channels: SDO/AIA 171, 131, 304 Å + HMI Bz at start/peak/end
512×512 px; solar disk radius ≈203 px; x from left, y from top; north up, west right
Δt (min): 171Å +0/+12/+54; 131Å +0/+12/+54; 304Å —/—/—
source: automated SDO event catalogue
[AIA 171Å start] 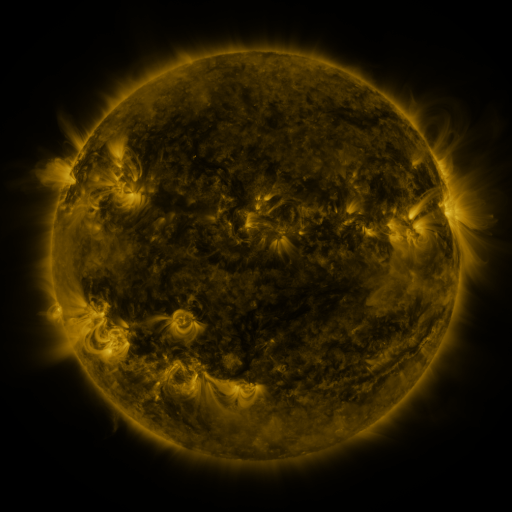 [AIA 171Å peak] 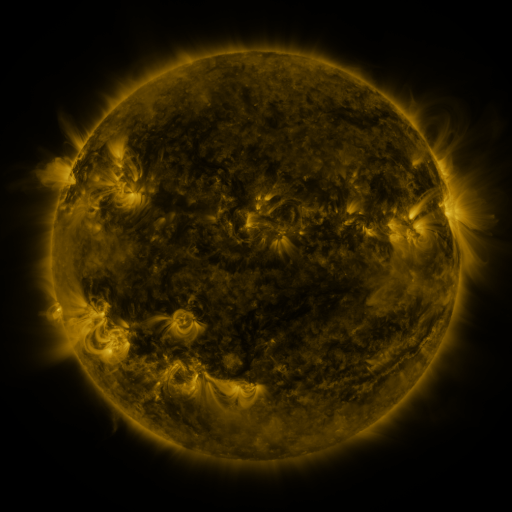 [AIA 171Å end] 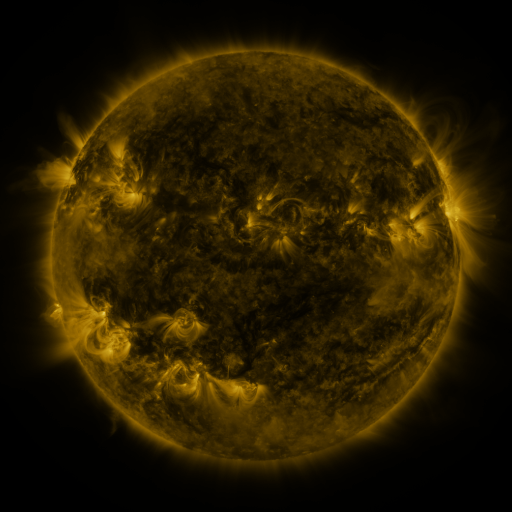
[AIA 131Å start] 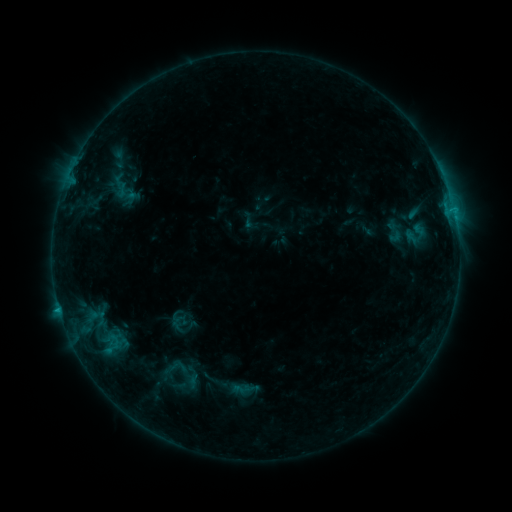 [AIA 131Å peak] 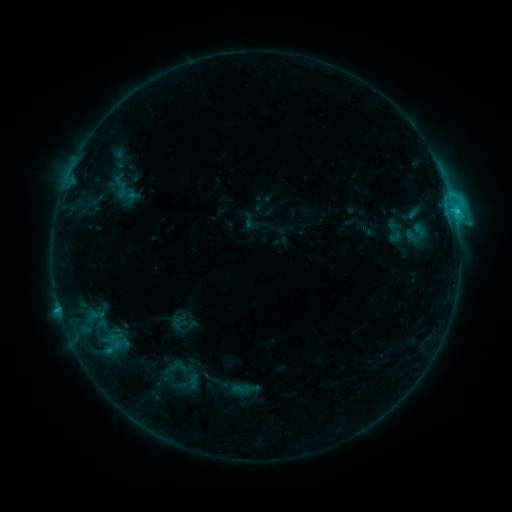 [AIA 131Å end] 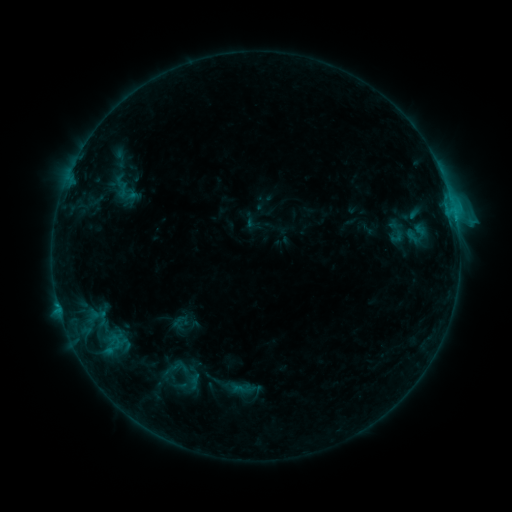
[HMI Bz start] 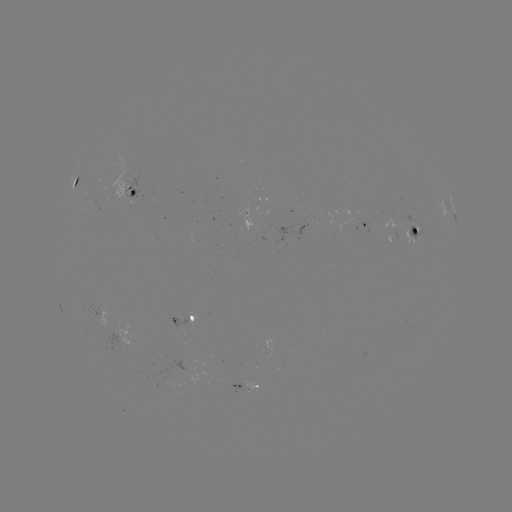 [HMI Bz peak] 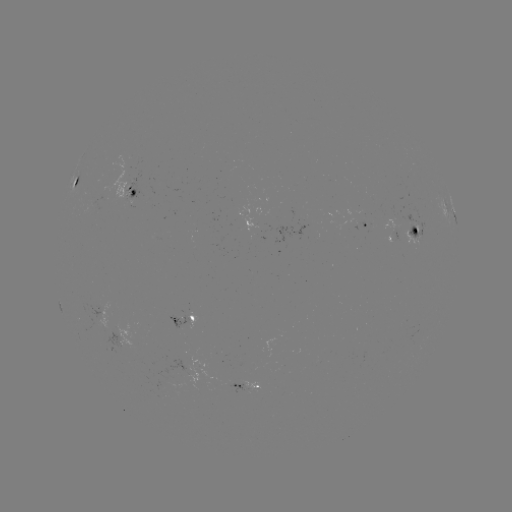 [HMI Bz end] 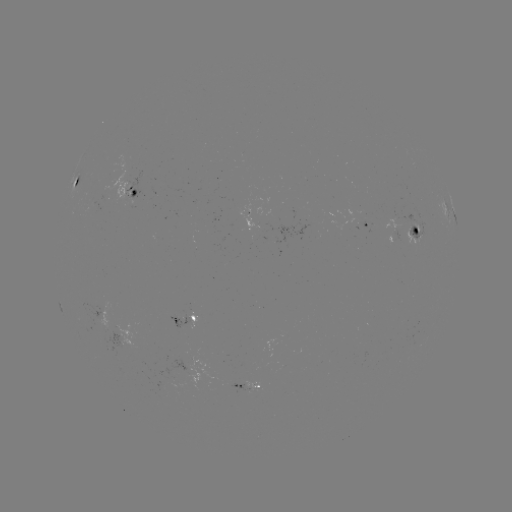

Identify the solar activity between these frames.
C2.3 flare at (454, 214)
